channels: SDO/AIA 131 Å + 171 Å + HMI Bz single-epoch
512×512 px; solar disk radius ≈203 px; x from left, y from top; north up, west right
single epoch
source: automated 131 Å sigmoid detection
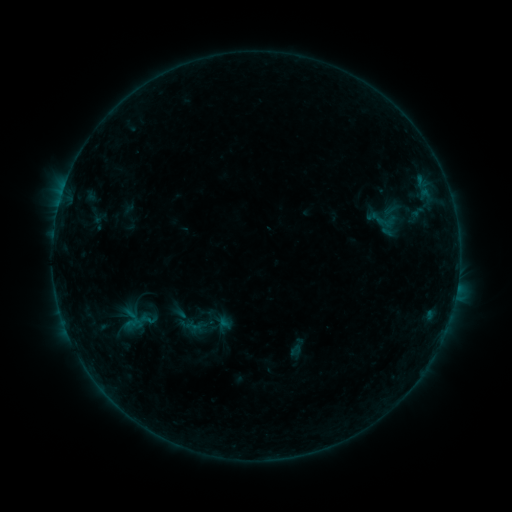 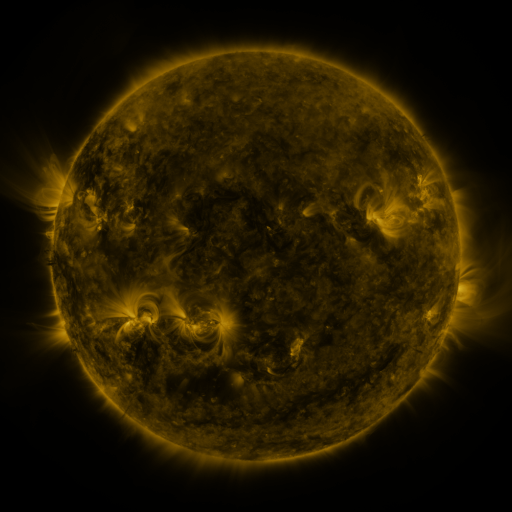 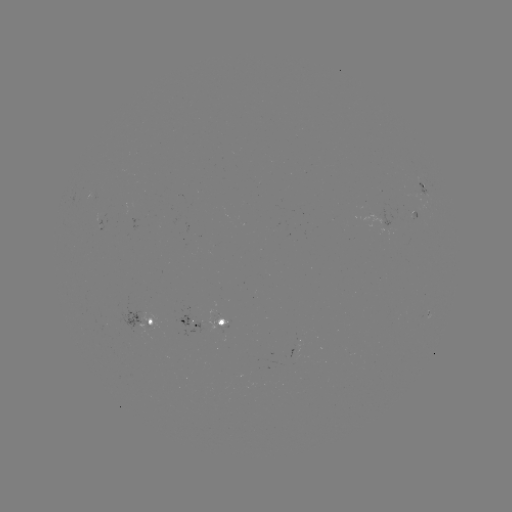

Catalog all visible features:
sigmoid: [361, 204, 408, 240]
